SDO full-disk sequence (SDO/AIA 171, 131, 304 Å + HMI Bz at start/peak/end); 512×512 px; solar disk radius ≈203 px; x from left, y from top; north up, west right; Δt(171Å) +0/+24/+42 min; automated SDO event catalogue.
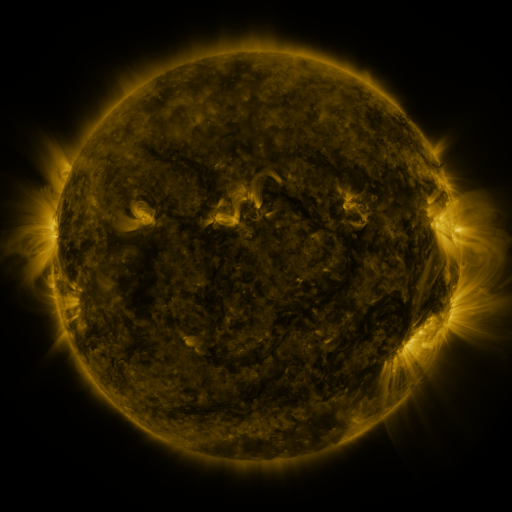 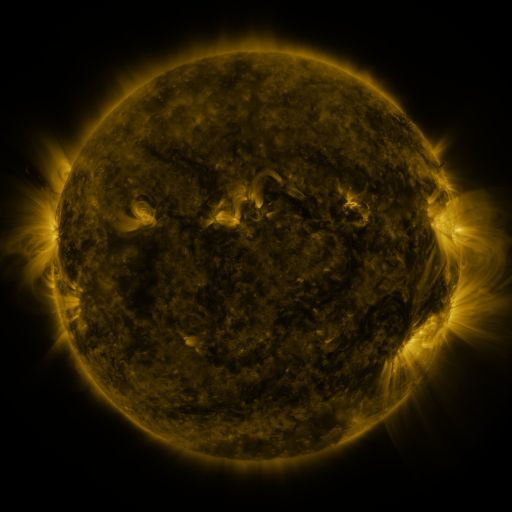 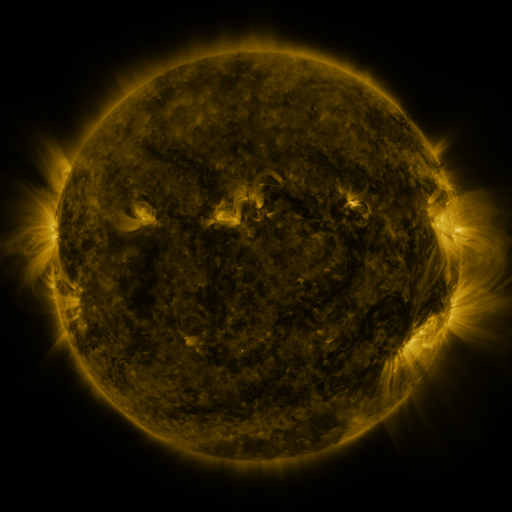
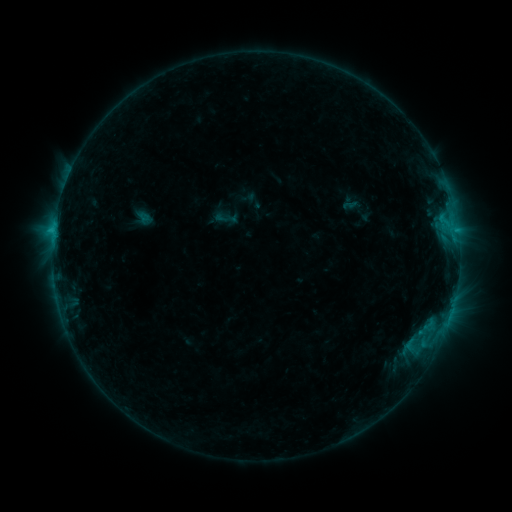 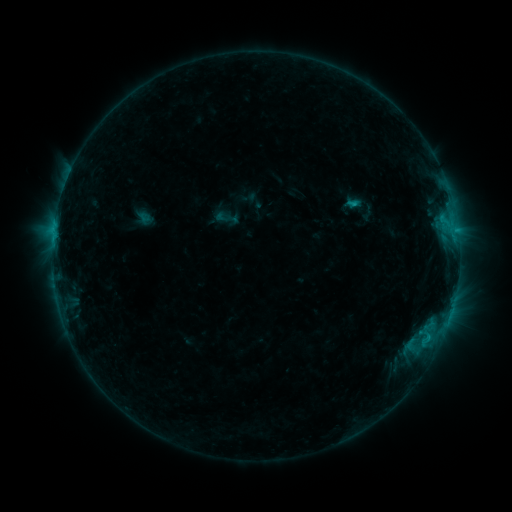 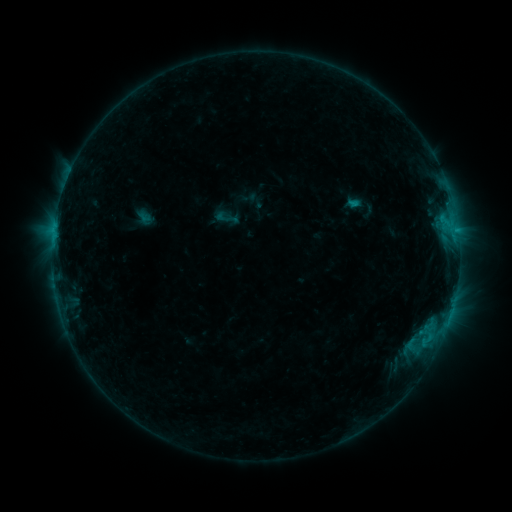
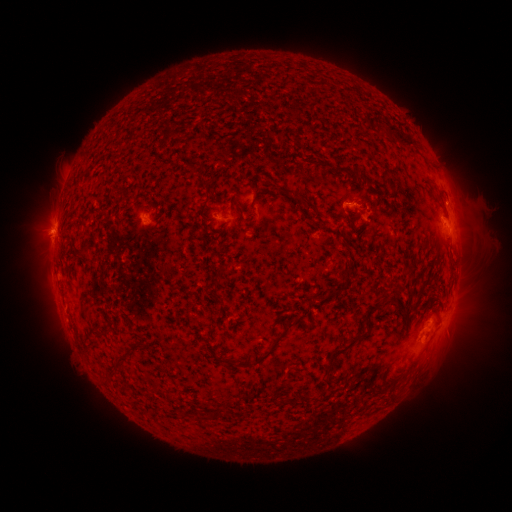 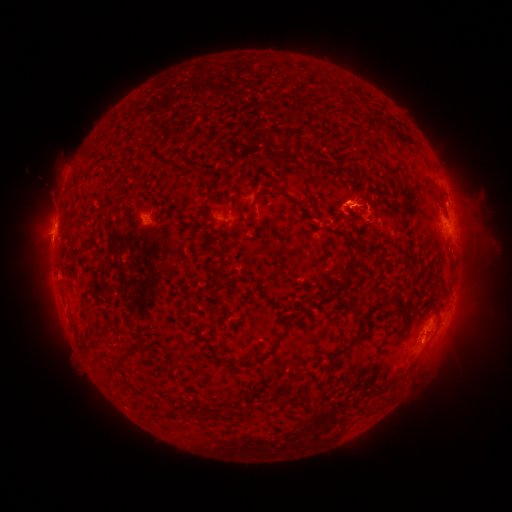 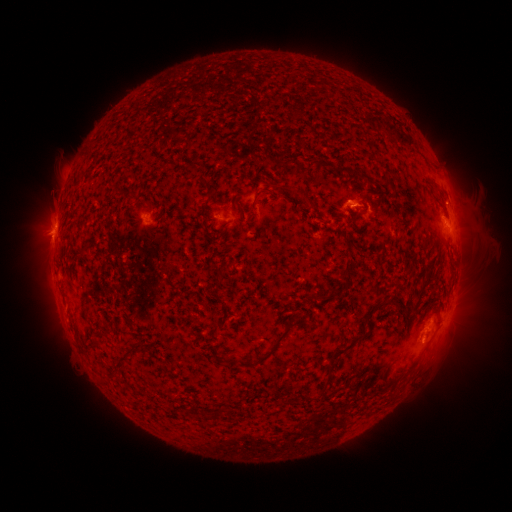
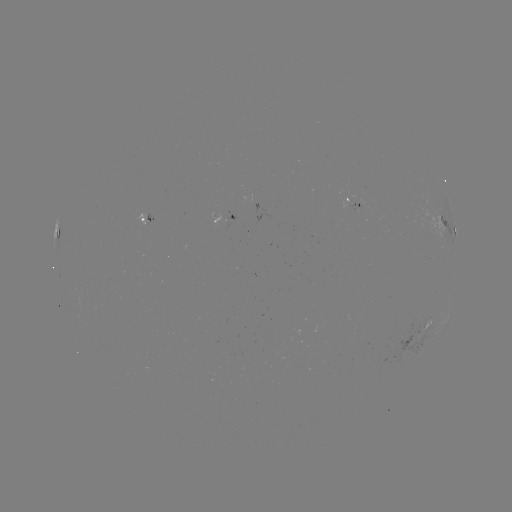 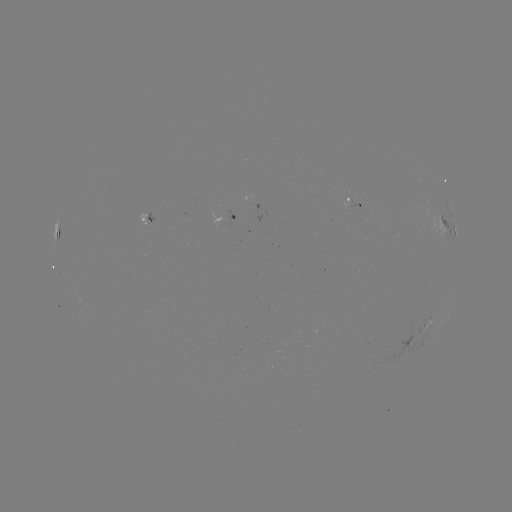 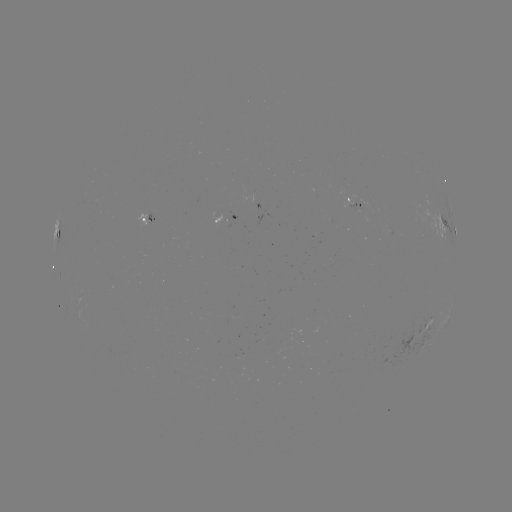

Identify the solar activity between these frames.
C1.1 flare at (352, 207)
